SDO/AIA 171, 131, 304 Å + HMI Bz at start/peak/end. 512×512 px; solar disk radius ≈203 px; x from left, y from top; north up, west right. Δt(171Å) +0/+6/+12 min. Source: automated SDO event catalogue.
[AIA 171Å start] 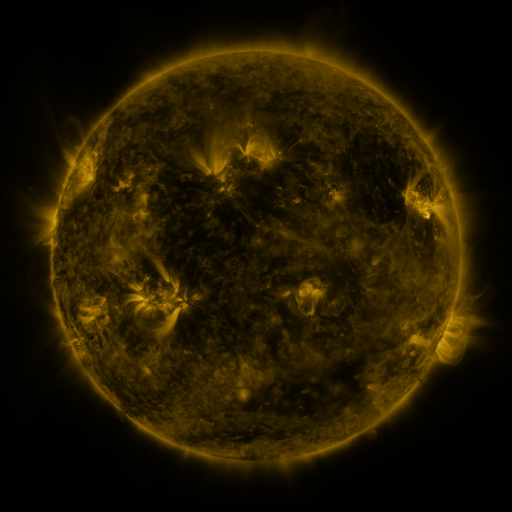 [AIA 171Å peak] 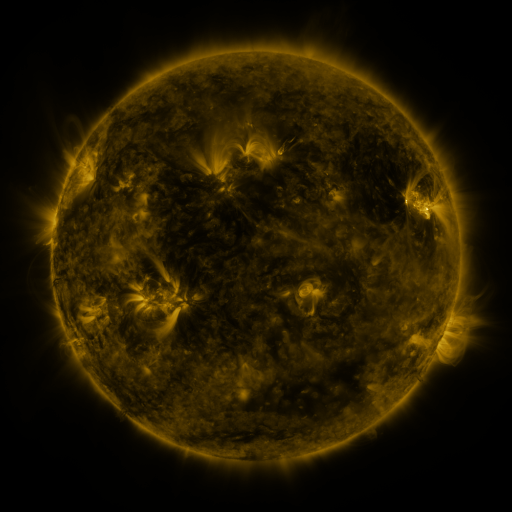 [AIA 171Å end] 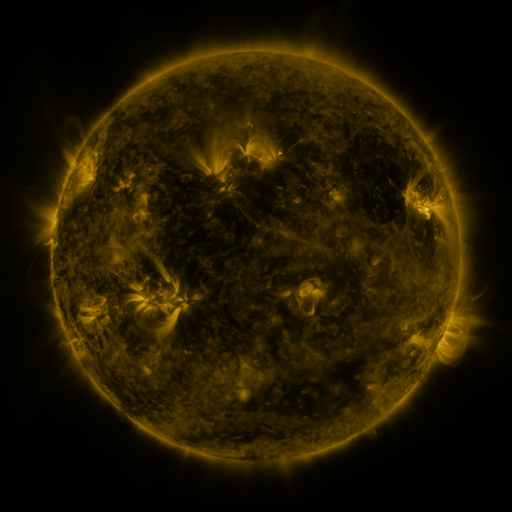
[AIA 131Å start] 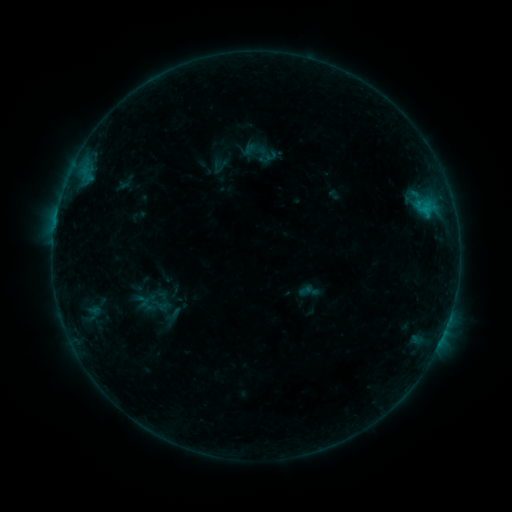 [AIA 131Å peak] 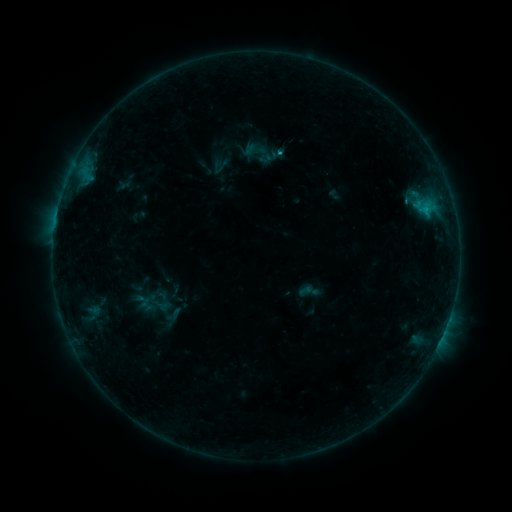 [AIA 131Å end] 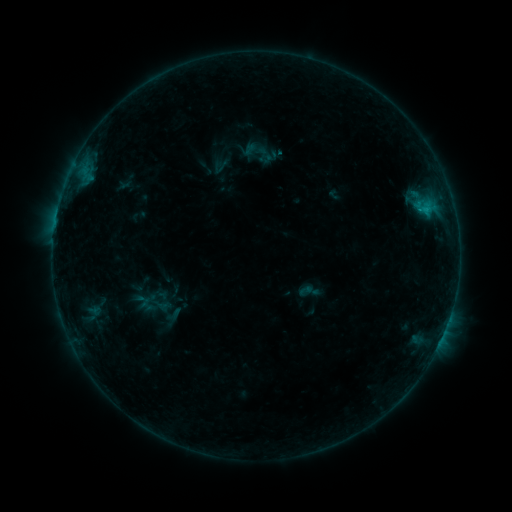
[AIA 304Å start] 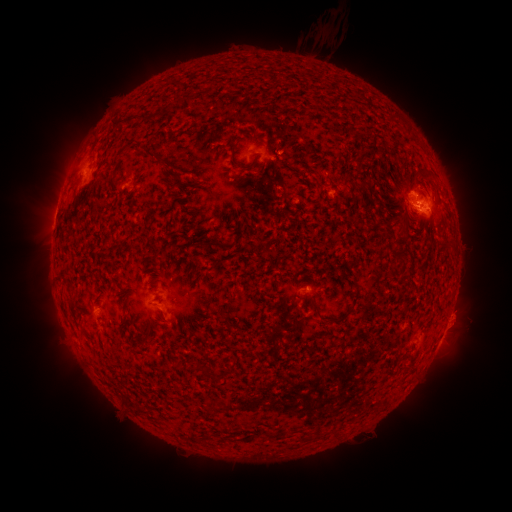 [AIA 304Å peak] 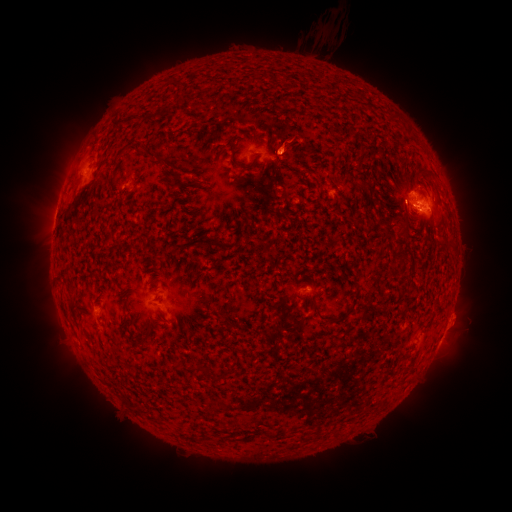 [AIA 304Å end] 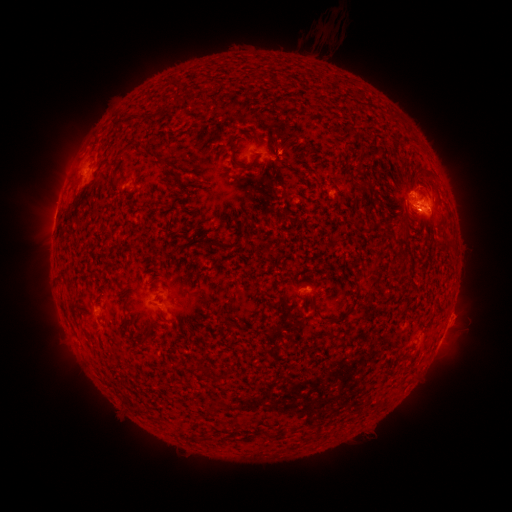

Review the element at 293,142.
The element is eruption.